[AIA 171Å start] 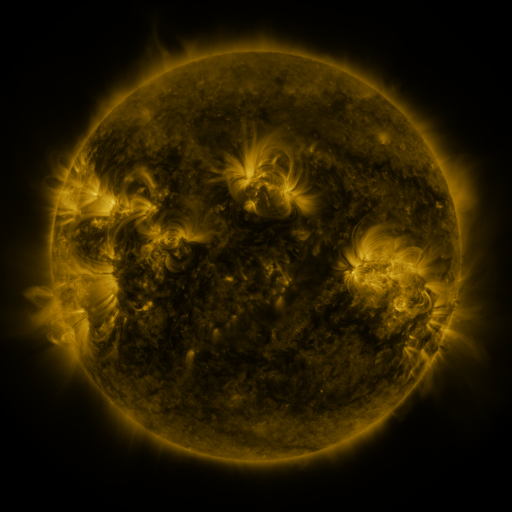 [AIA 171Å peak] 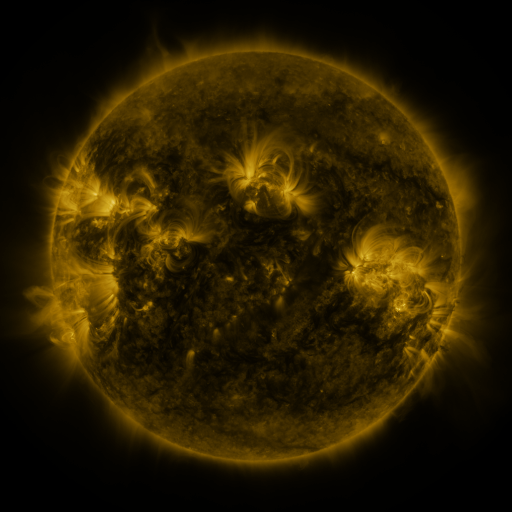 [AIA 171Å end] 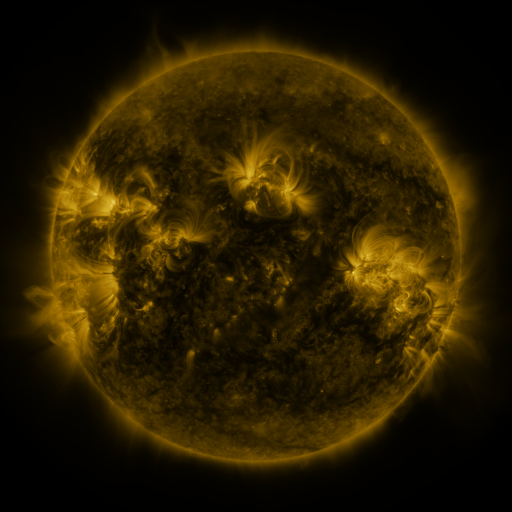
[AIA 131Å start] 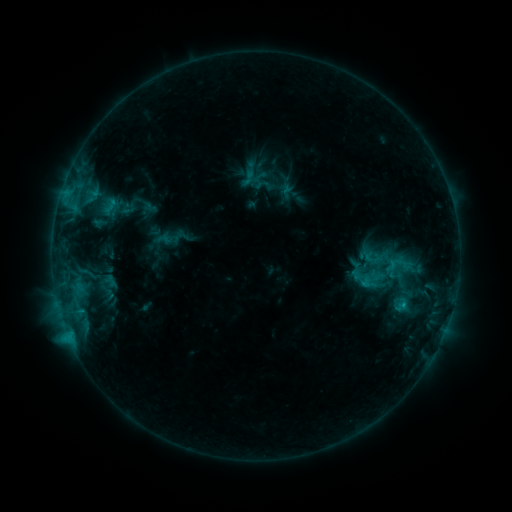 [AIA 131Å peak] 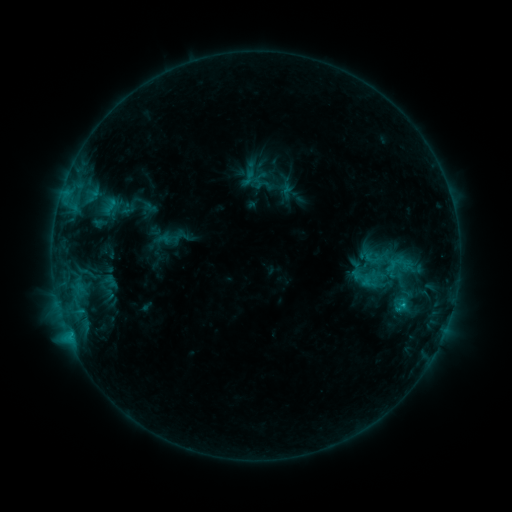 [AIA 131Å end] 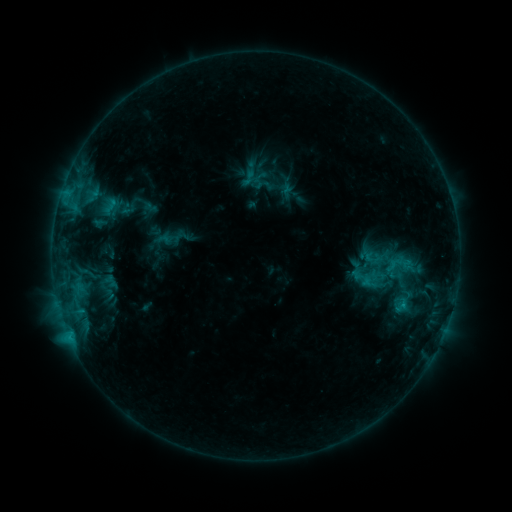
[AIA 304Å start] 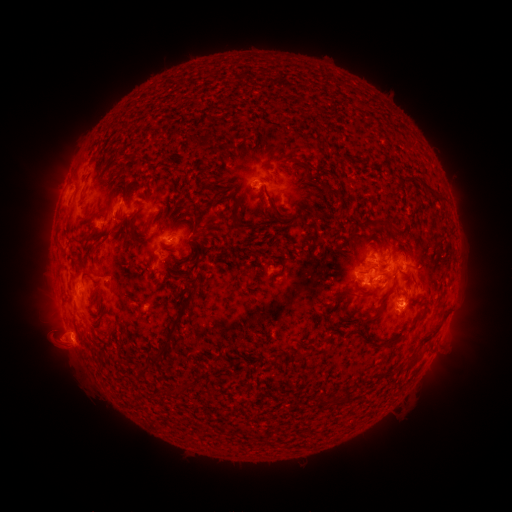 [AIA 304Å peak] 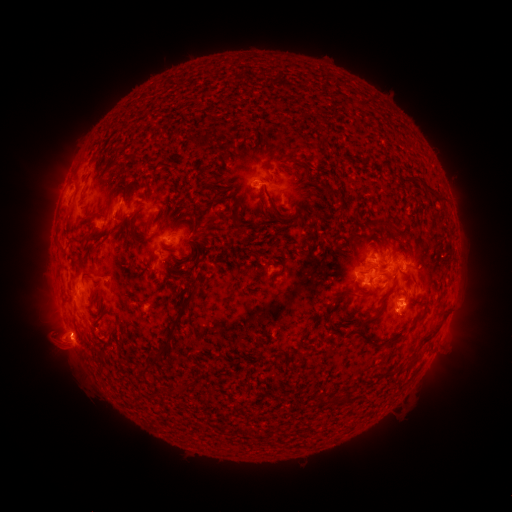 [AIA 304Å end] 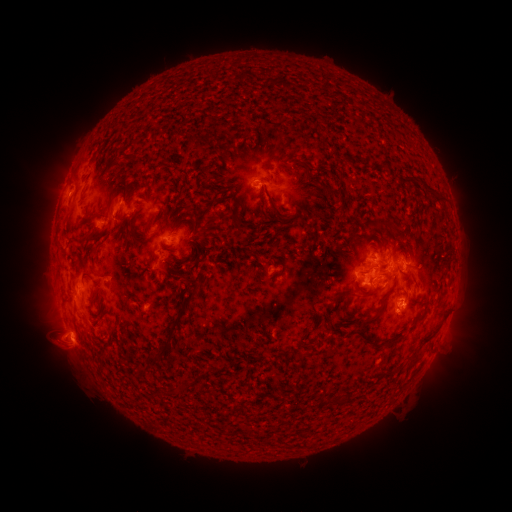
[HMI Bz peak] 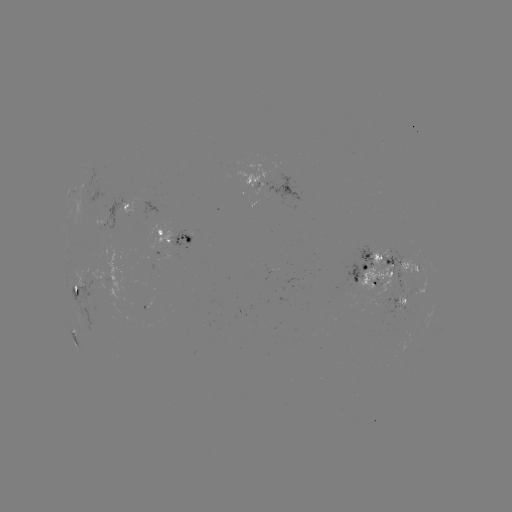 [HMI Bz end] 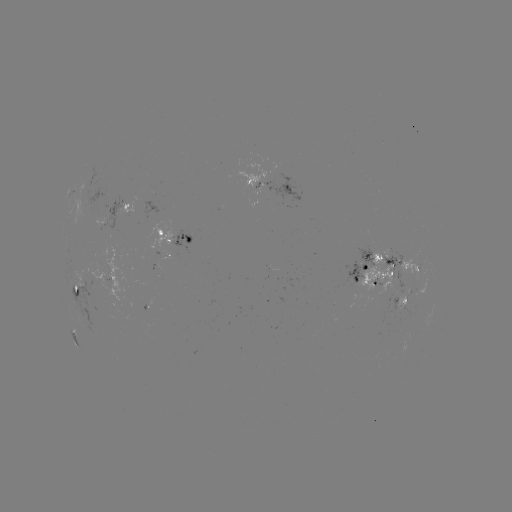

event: eruption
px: (64, 351)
